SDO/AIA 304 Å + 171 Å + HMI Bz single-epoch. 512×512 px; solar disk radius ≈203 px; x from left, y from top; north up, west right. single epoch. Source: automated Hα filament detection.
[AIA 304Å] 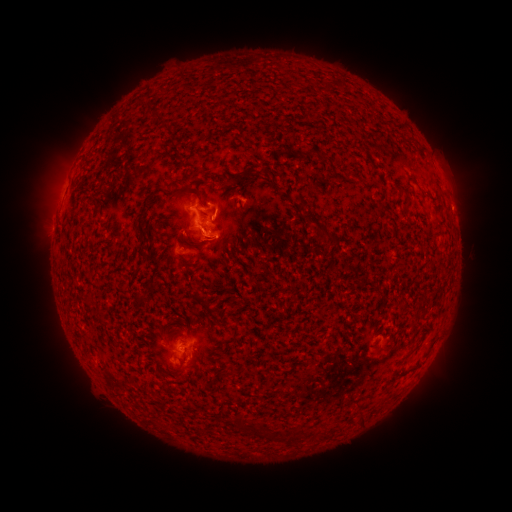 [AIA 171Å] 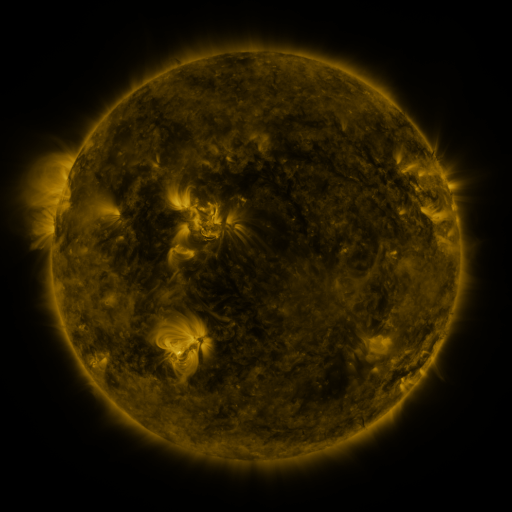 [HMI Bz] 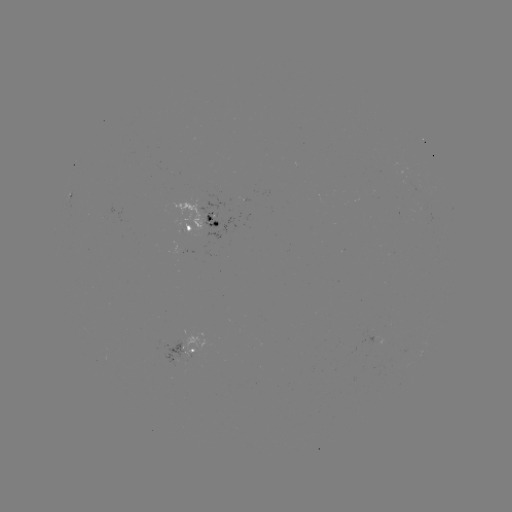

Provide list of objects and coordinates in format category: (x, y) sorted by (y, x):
filament: (310, 152)
filament: (239, 176)
filament: (217, 183)
filament: (408, 196)
filament: (303, 204)
filament: (141, 215)
filament: (320, 228)
filament: (184, 241)
filament: (239, 423)
filament: (267, 430)
